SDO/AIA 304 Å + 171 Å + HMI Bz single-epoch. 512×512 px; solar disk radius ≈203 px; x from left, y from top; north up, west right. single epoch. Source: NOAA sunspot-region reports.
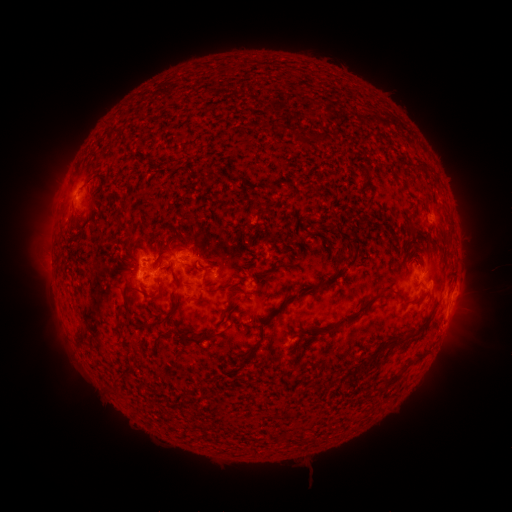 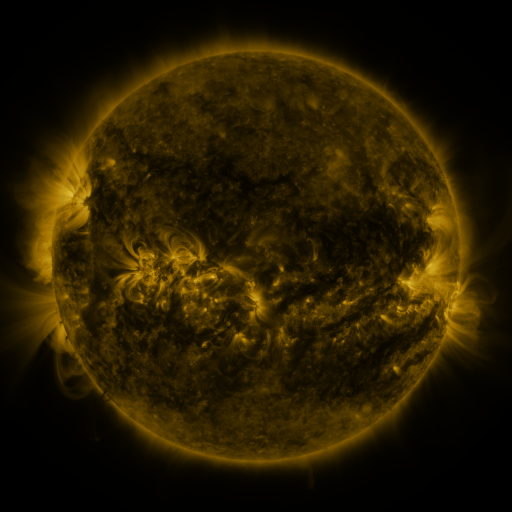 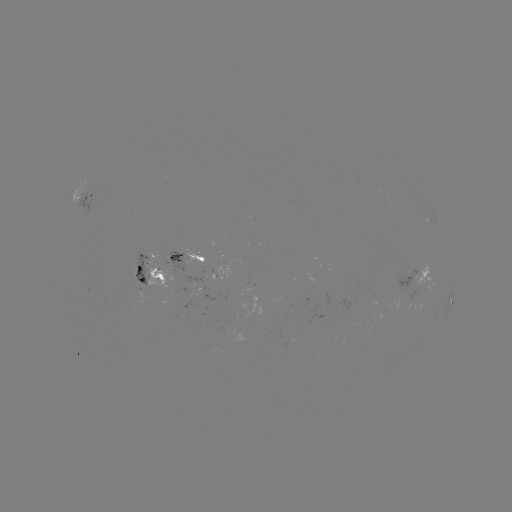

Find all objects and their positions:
spotted active region: (87, 197)
spotted active region: (425, 221)
spotted active region: (186, 257)
spotted active region: (149, 273)
spotted active region: (424, 277)
spotted active region: (192, 289)
spotted active region: (451, 301)
